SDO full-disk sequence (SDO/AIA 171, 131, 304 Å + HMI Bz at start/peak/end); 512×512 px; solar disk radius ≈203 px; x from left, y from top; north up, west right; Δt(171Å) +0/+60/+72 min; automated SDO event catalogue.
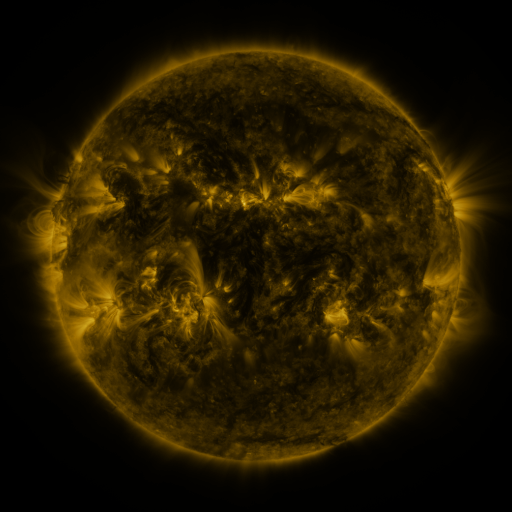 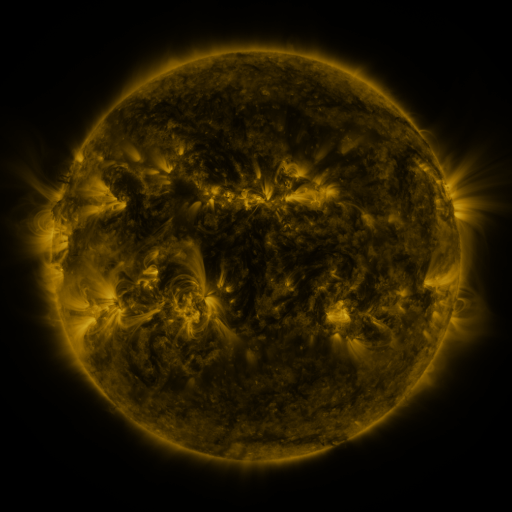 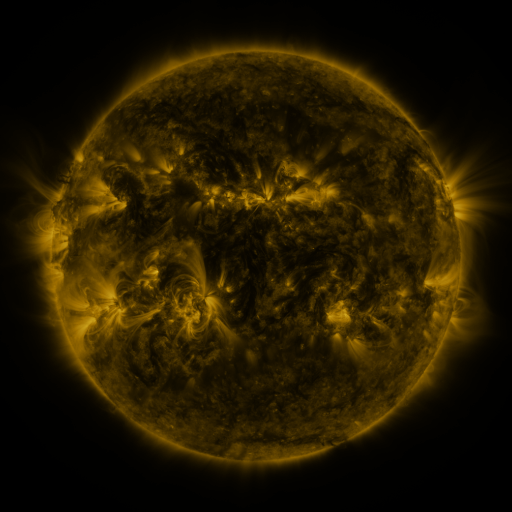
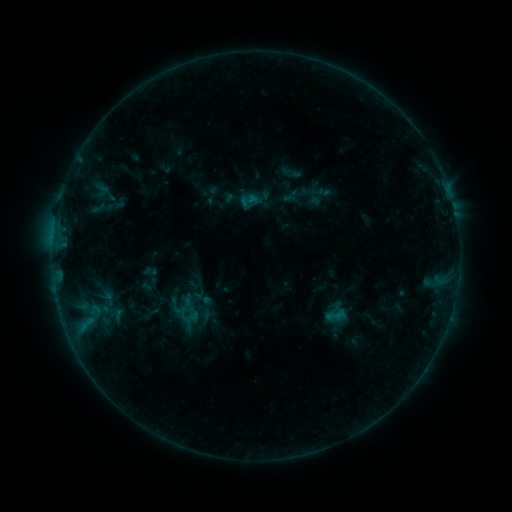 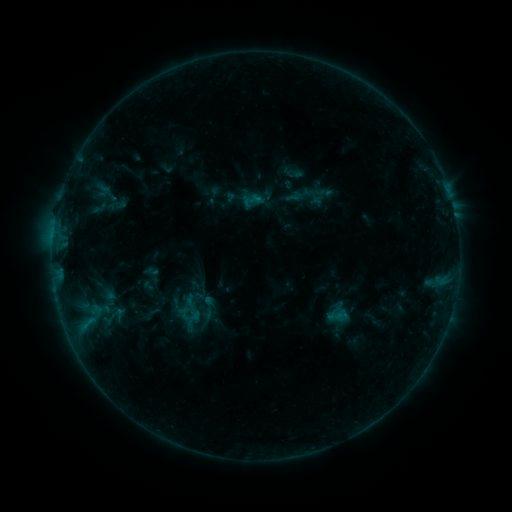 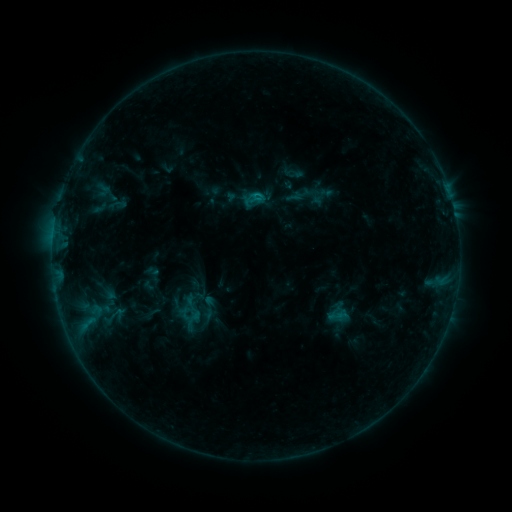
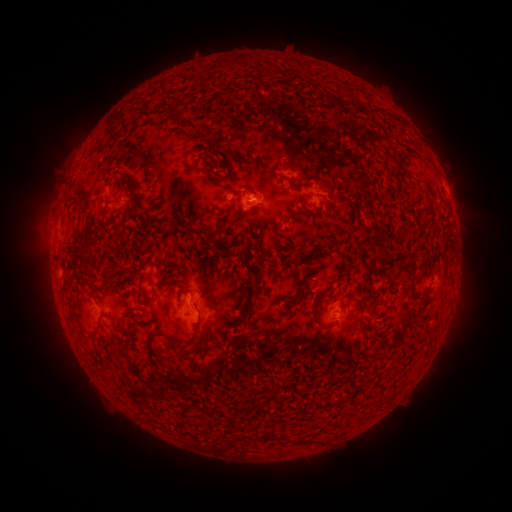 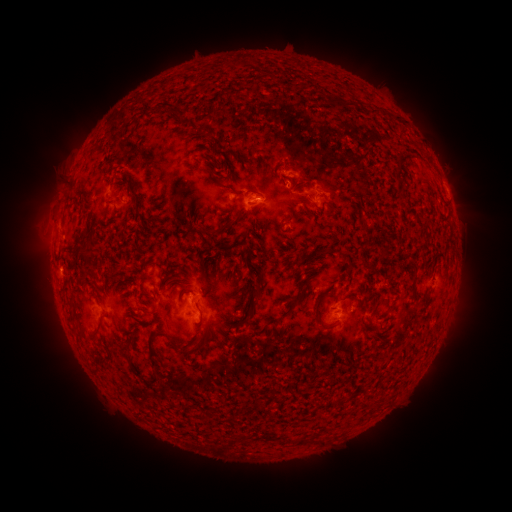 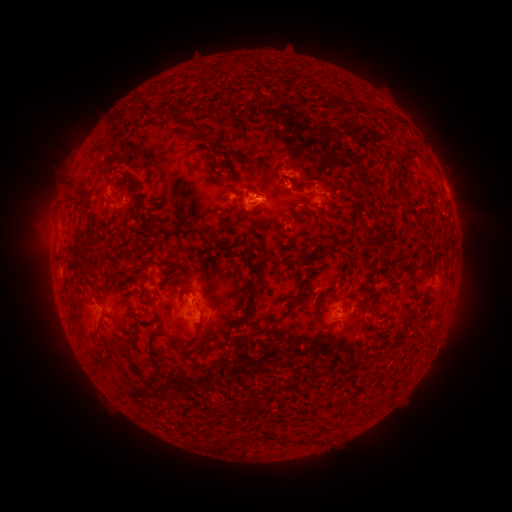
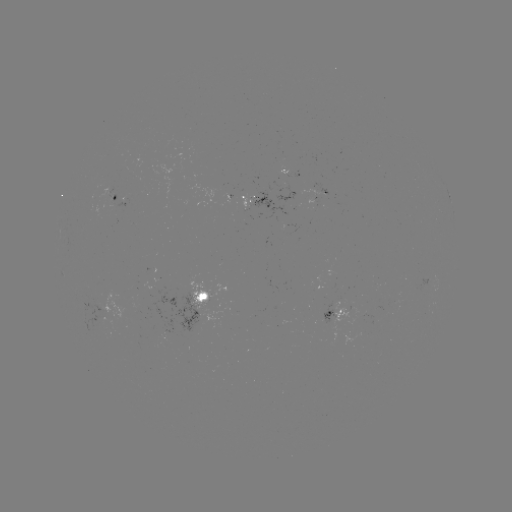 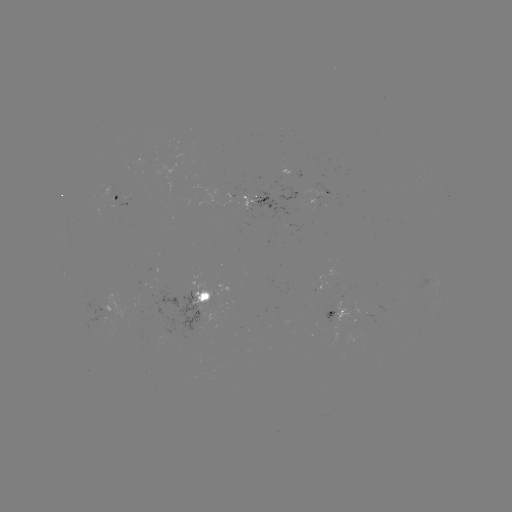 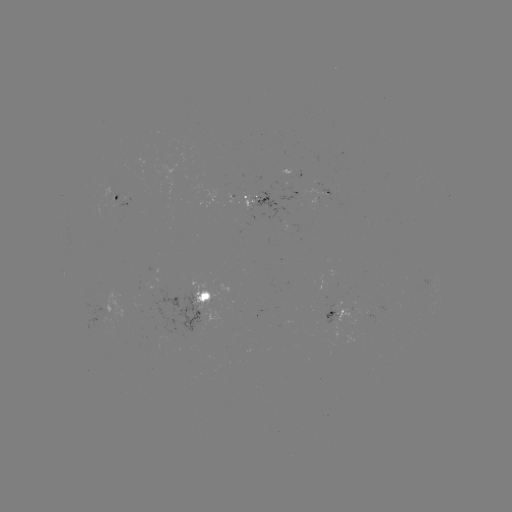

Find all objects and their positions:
emerging-flux region: (109, 308)
